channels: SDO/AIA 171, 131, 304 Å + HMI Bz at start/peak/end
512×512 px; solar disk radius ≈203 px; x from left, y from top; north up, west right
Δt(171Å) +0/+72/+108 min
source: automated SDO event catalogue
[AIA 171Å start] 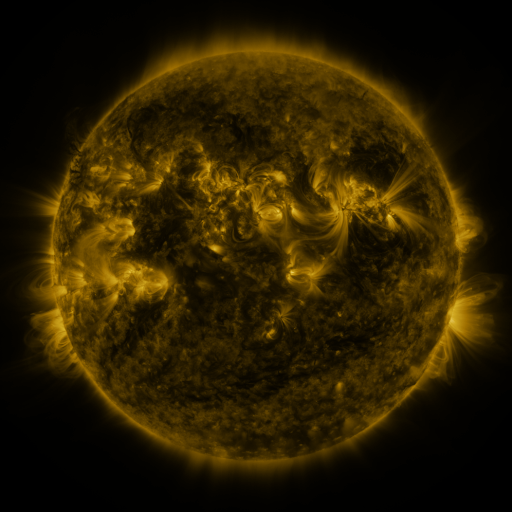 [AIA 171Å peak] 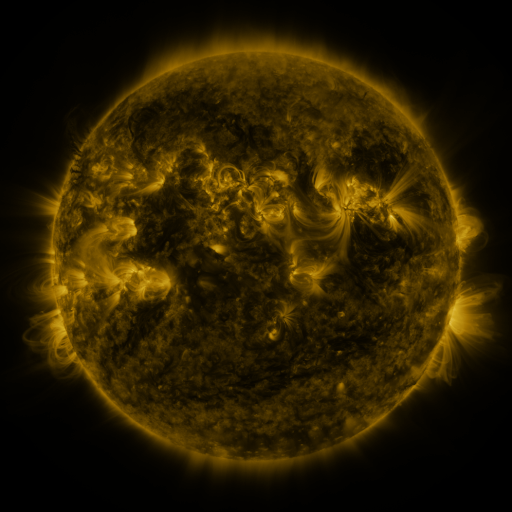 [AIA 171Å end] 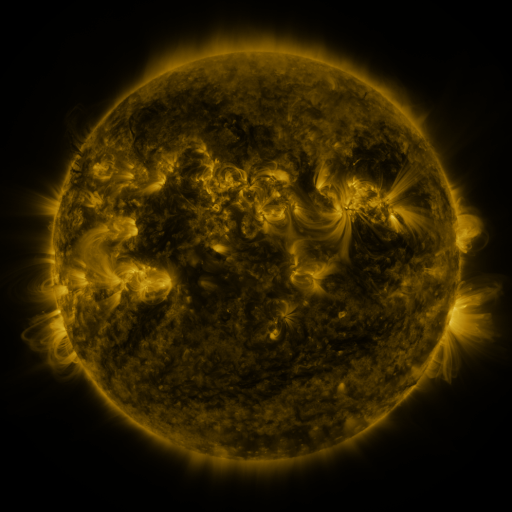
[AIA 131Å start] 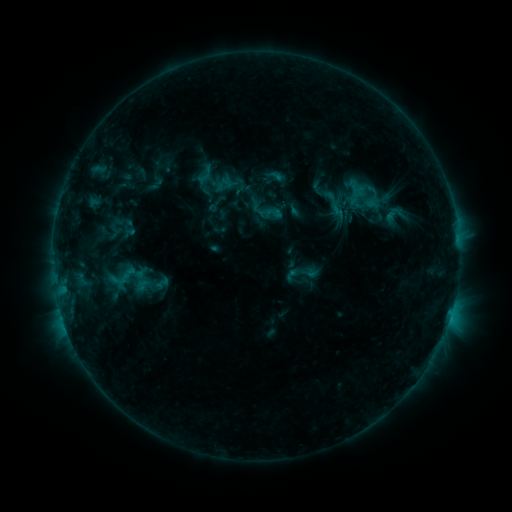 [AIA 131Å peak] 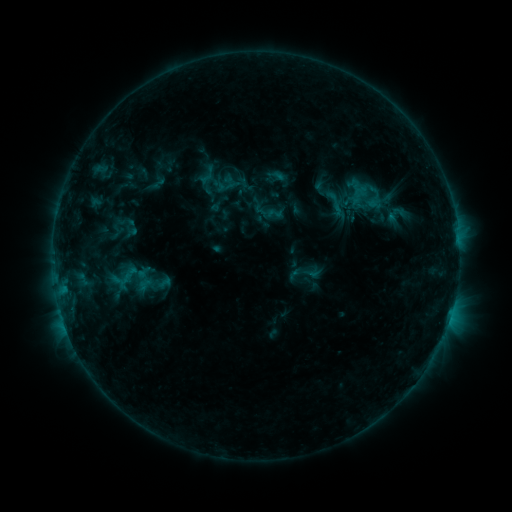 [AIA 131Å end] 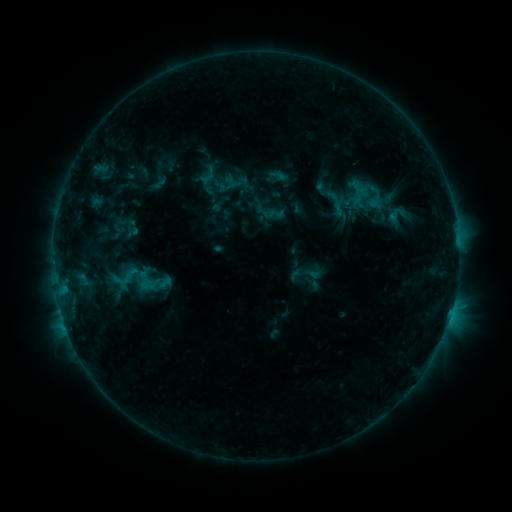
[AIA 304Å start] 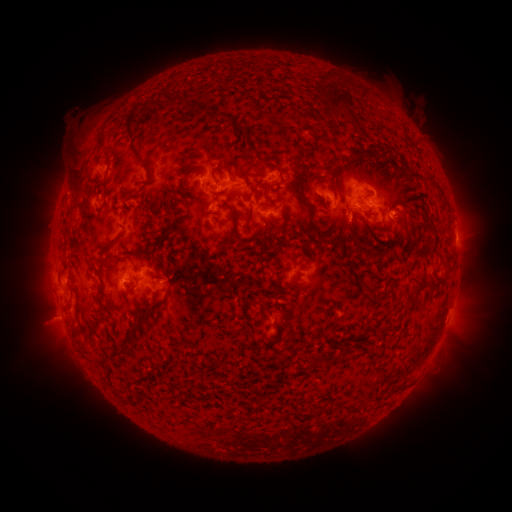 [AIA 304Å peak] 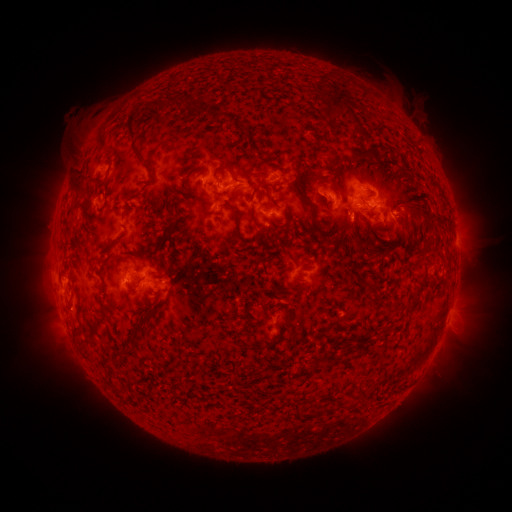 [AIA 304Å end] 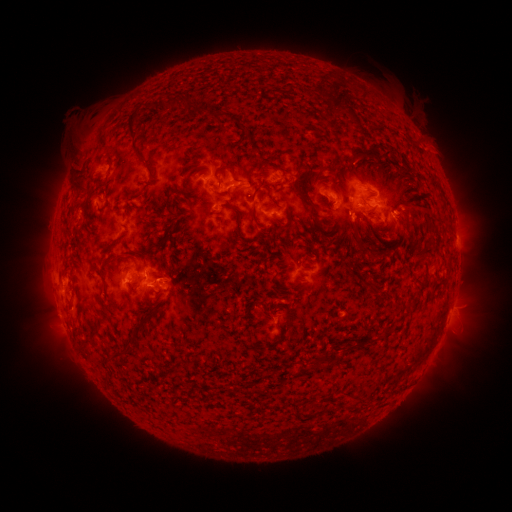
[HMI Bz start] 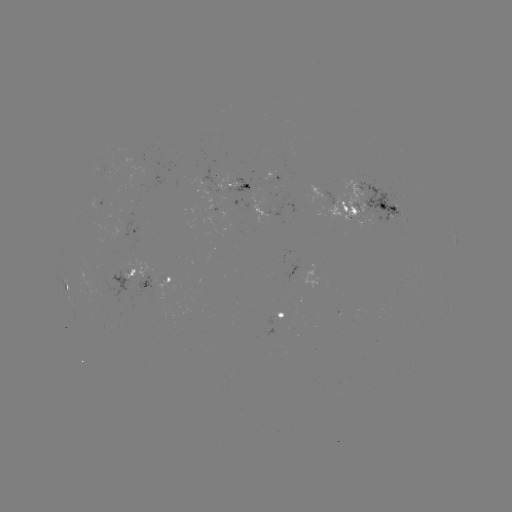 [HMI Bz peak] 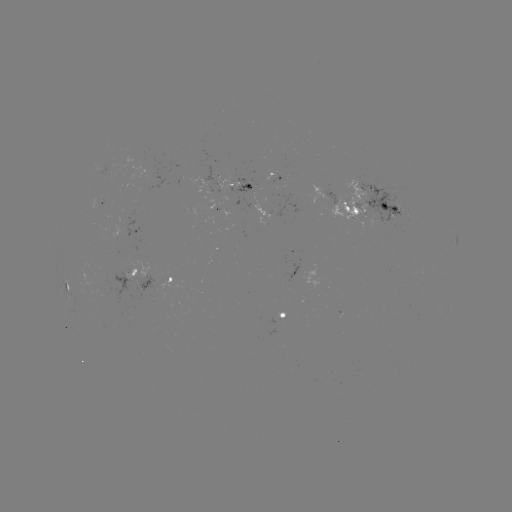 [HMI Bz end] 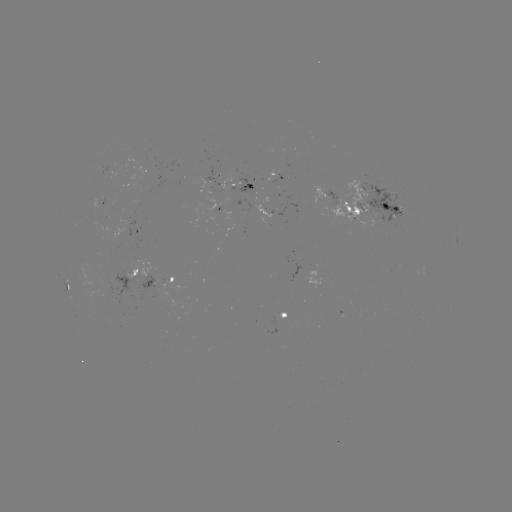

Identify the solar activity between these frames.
emerging-flux region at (378, 211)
